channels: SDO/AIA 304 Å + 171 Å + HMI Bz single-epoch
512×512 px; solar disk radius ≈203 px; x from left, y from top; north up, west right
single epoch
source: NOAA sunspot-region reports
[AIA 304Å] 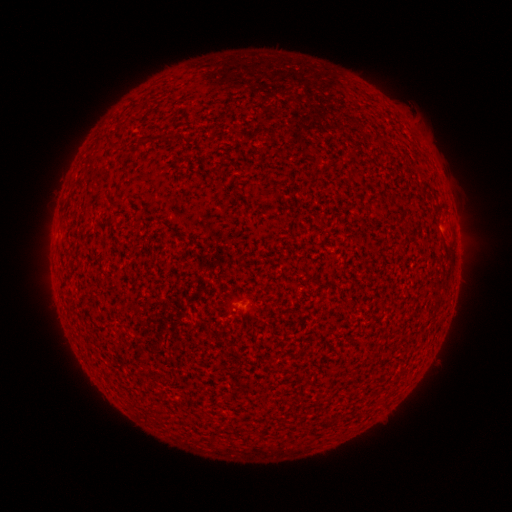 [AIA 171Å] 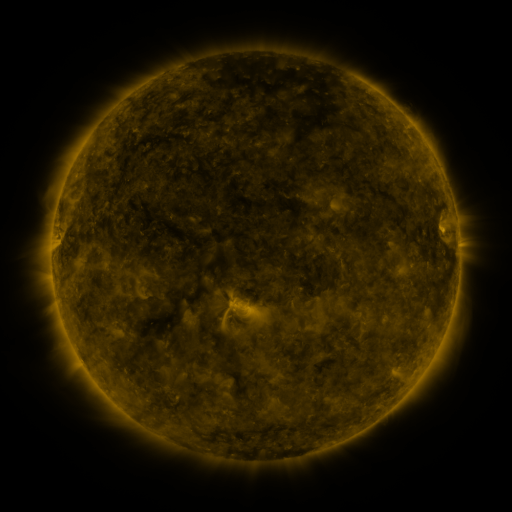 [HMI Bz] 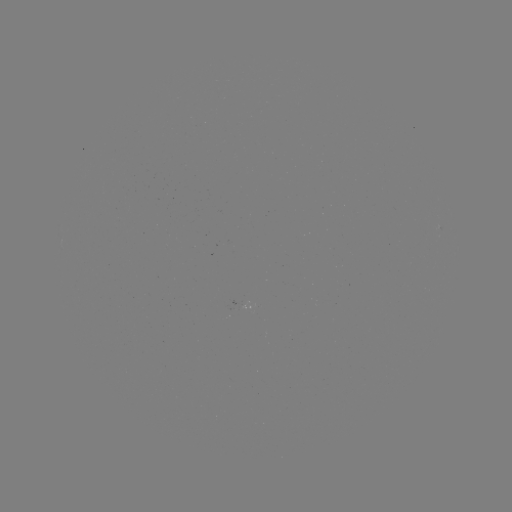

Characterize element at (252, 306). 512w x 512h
spotted active region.